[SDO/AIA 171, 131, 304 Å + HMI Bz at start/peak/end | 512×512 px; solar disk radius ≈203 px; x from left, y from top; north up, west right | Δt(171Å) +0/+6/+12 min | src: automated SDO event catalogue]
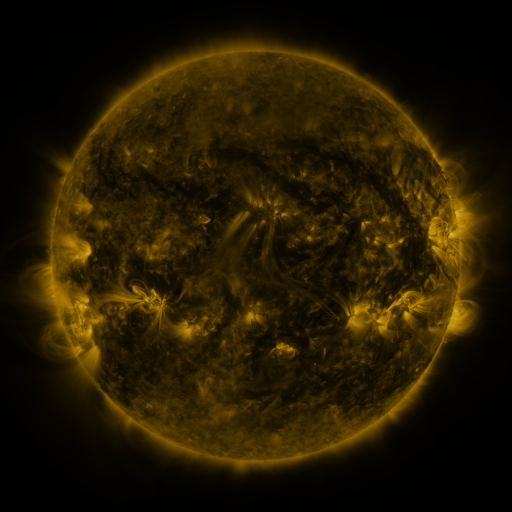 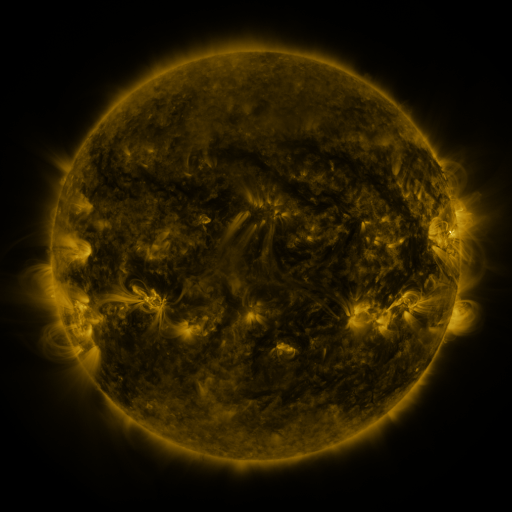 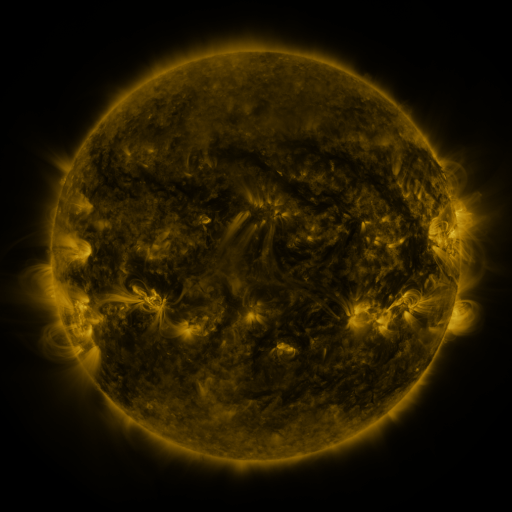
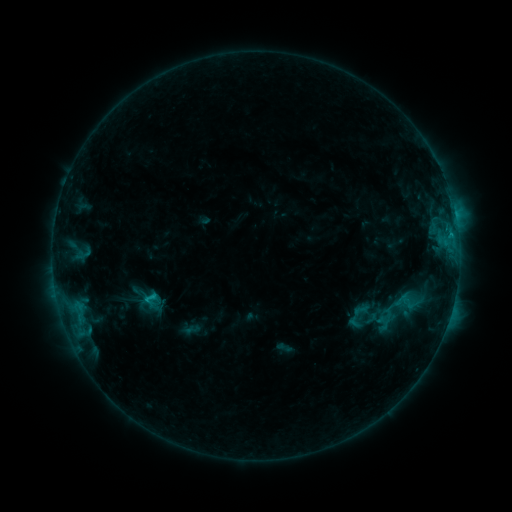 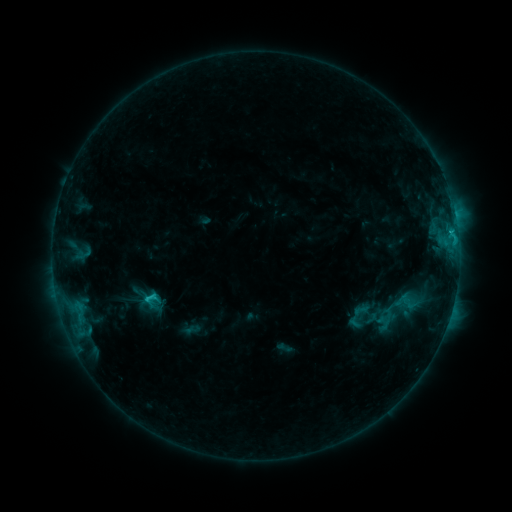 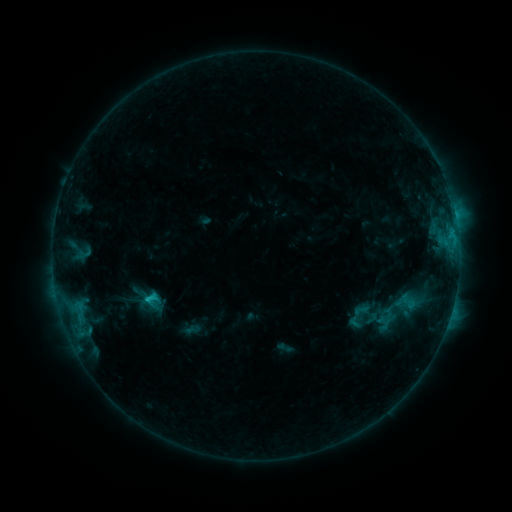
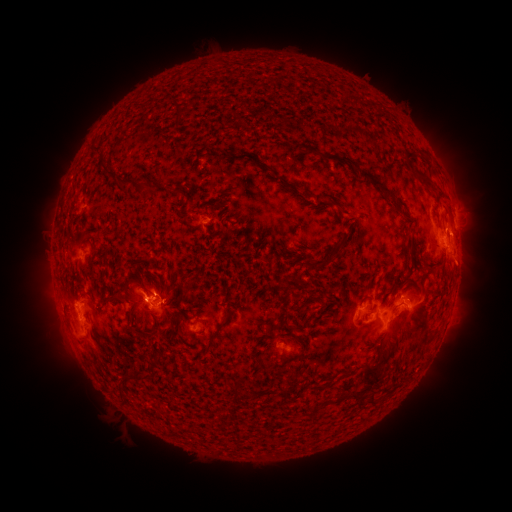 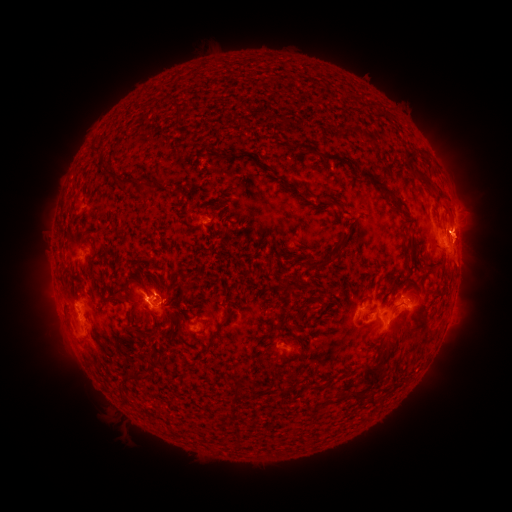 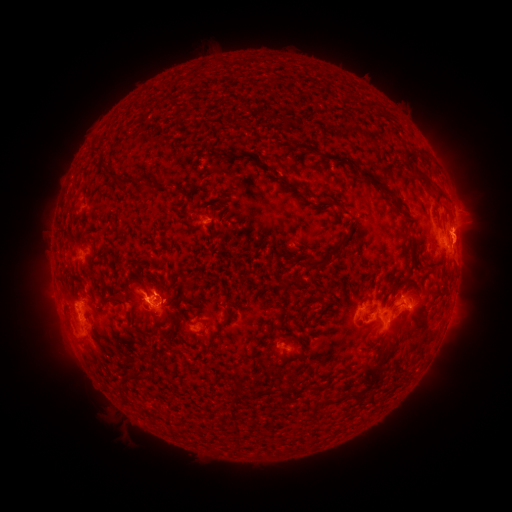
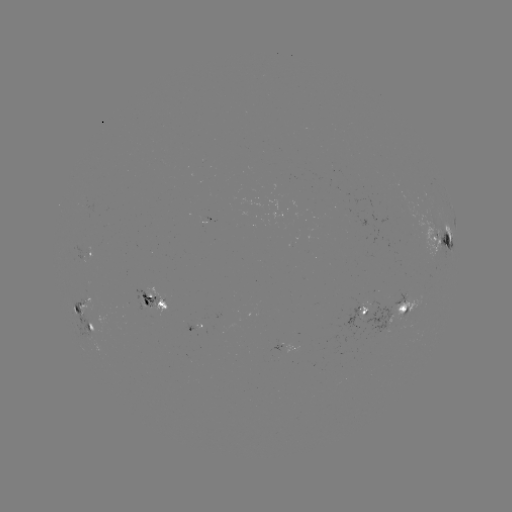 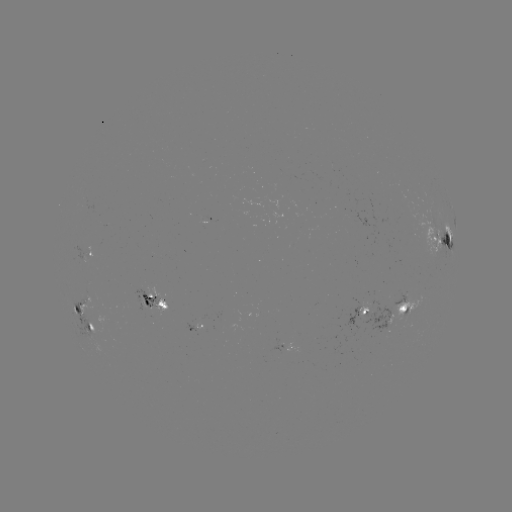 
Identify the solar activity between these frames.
eruption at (469, 237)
